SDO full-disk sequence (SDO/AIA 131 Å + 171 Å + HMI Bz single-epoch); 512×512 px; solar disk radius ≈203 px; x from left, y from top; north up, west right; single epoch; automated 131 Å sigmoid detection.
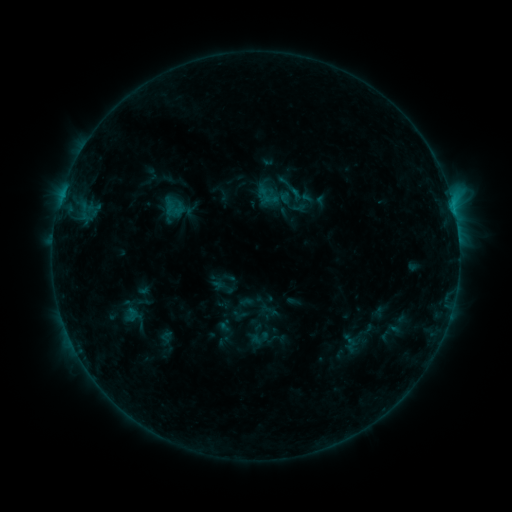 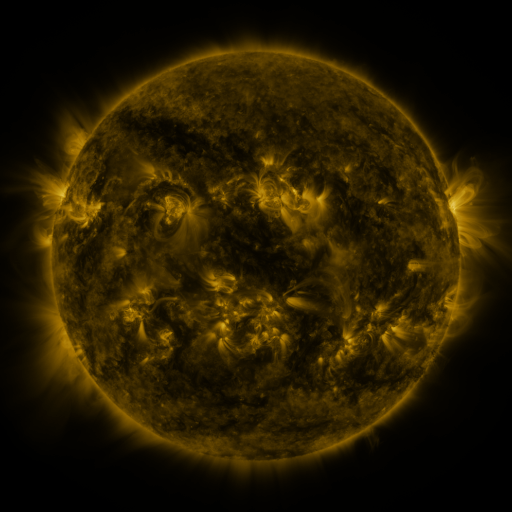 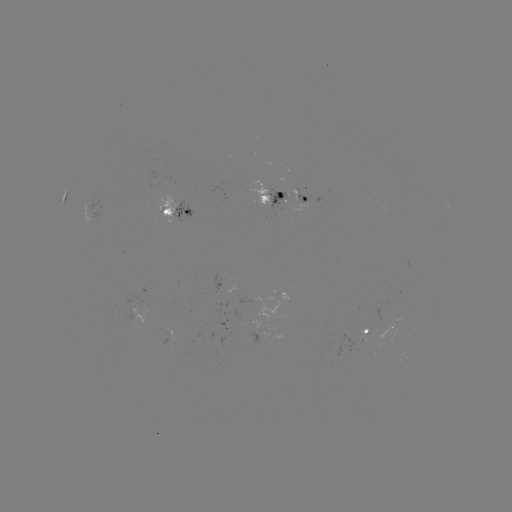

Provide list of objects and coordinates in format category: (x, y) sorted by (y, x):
sigmoid: (265, 195)
sigmoid: (174, 207)
